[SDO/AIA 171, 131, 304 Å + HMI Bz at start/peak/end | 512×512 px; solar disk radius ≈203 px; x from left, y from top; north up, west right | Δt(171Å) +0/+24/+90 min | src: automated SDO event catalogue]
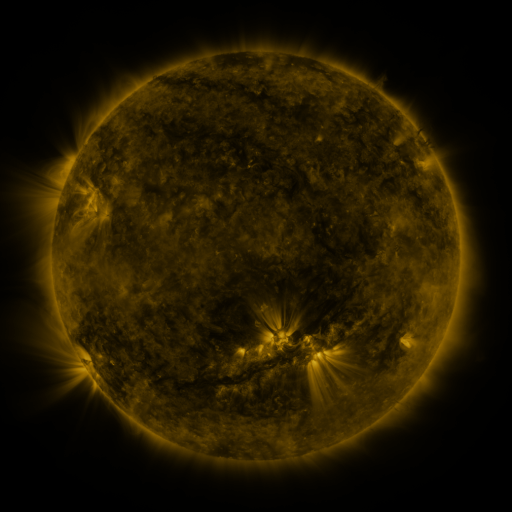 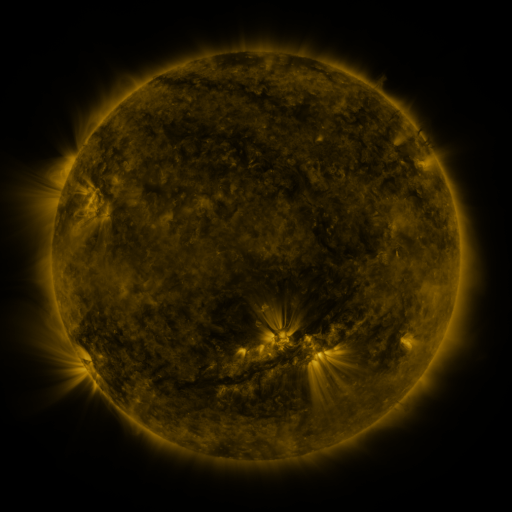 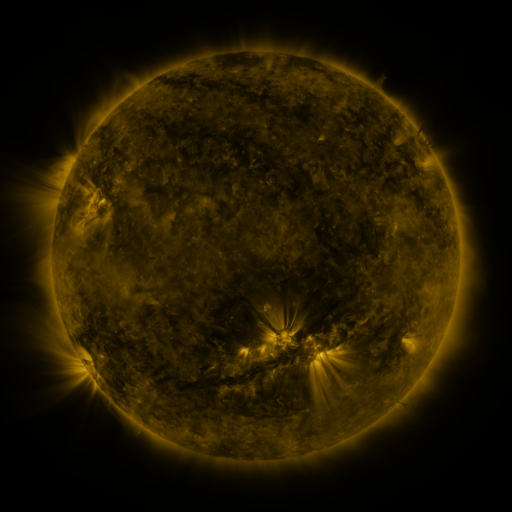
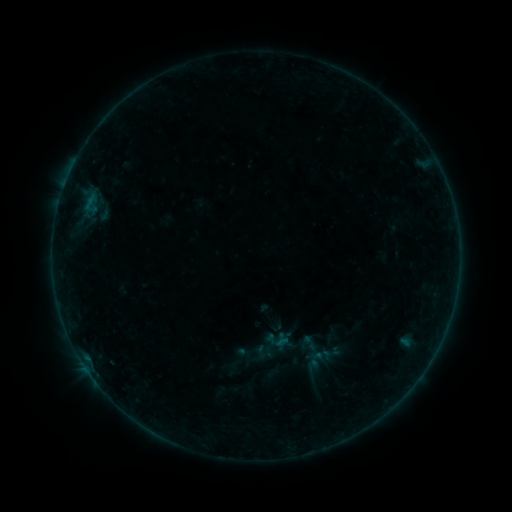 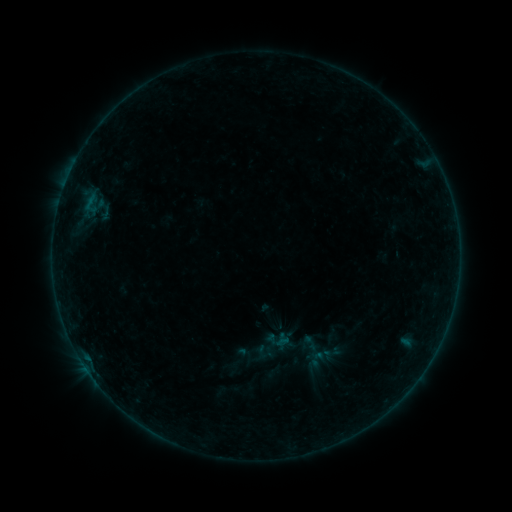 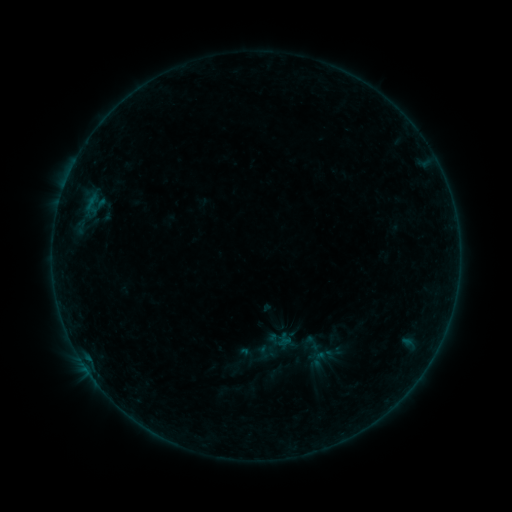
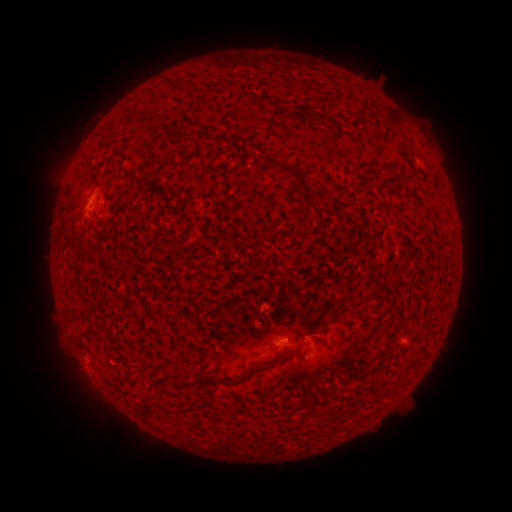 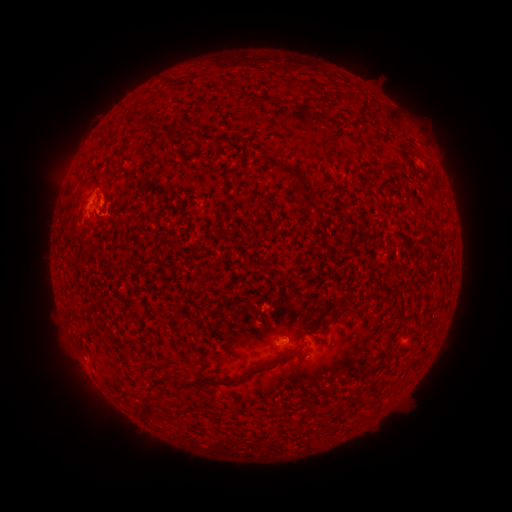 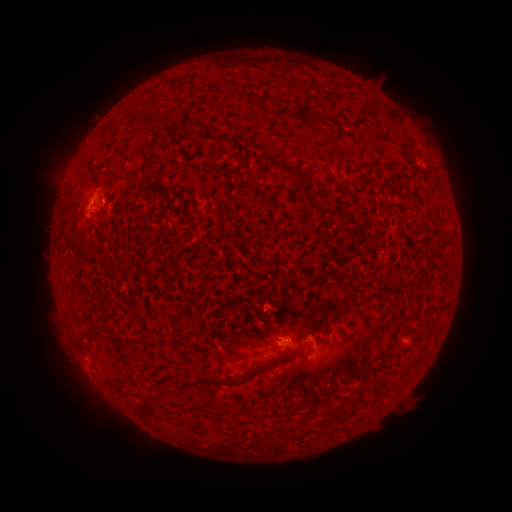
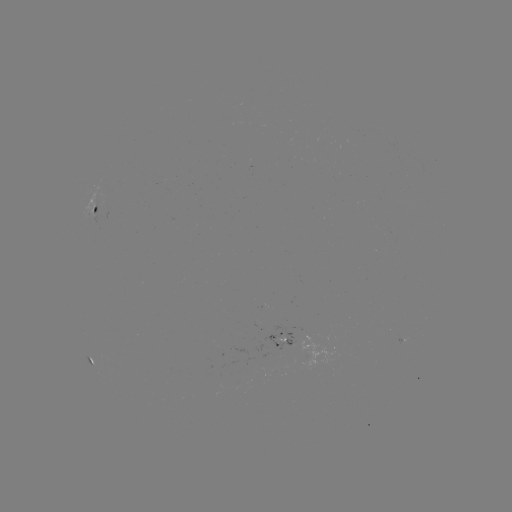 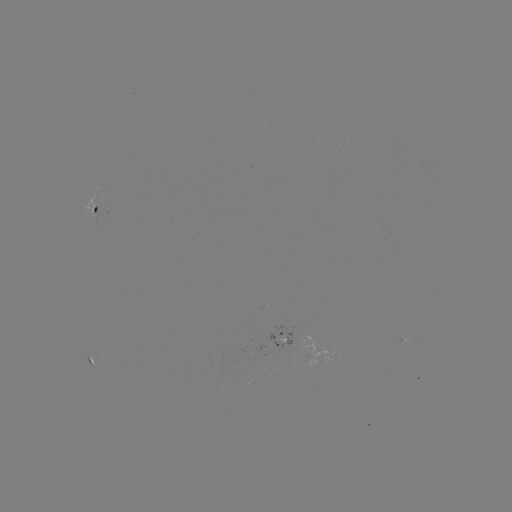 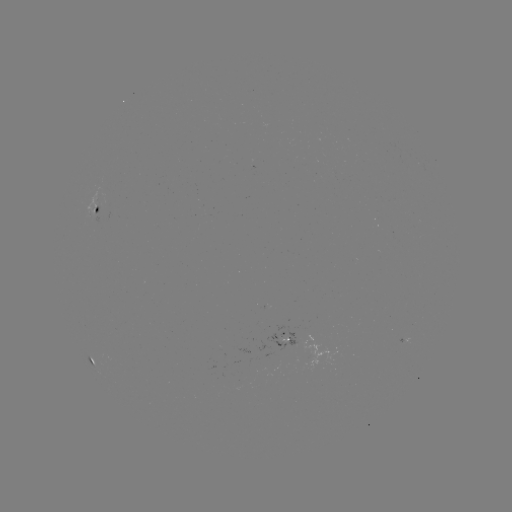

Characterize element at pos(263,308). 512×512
B1.4 flare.